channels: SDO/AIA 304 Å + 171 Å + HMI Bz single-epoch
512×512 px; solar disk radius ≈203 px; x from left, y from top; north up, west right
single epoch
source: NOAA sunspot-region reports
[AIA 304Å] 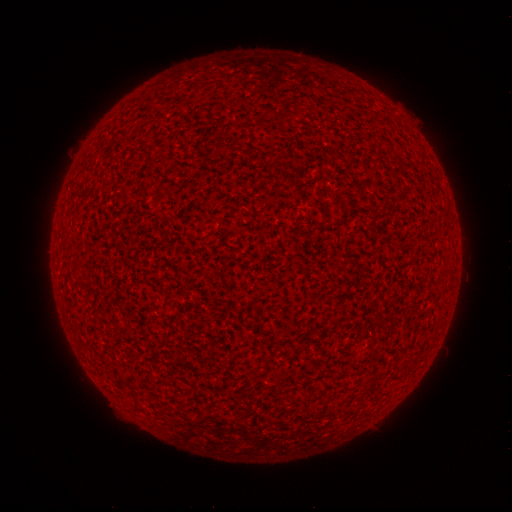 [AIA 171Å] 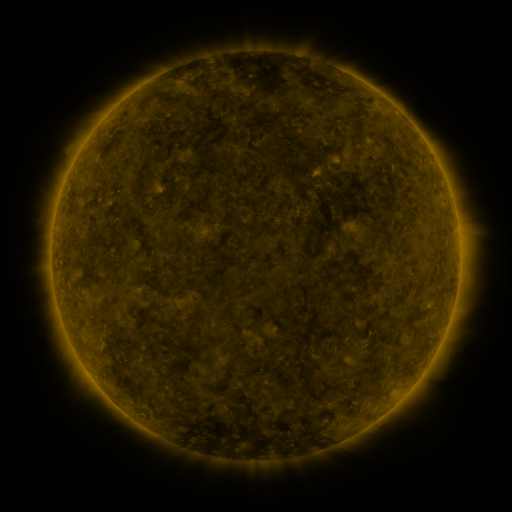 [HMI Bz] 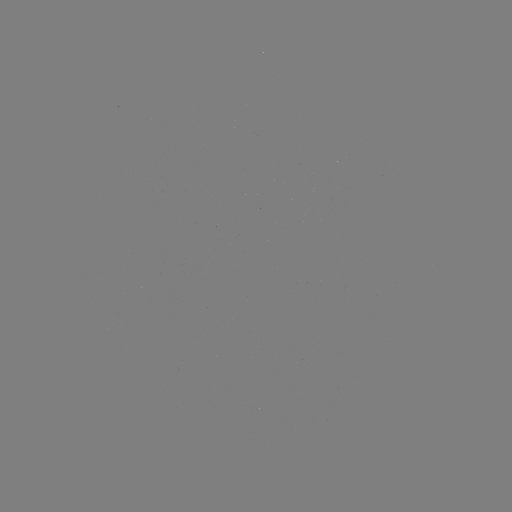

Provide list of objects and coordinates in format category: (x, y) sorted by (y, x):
(none)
